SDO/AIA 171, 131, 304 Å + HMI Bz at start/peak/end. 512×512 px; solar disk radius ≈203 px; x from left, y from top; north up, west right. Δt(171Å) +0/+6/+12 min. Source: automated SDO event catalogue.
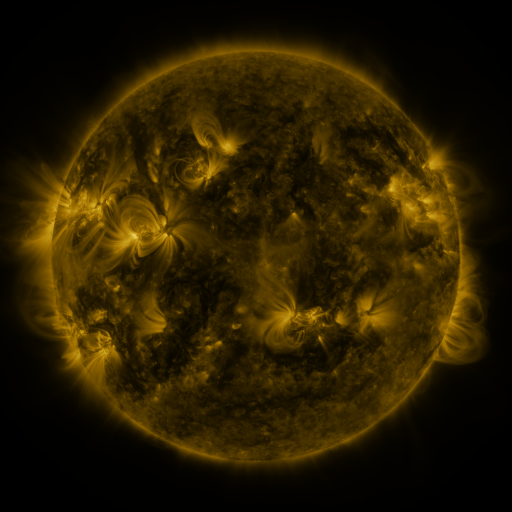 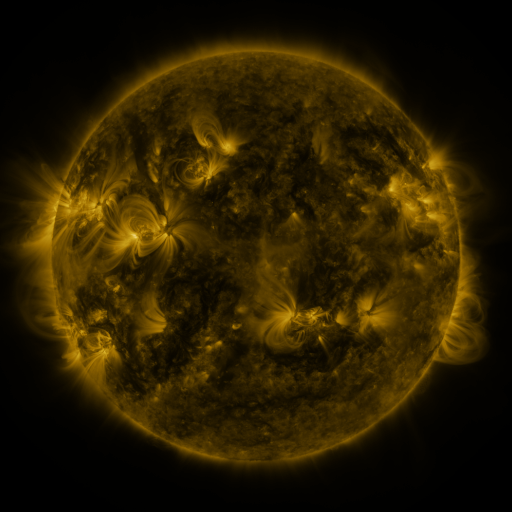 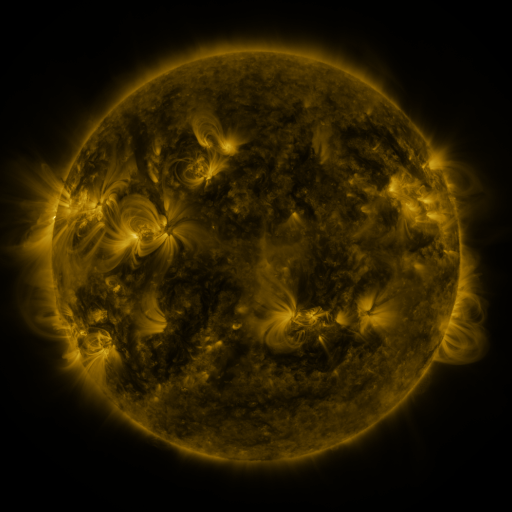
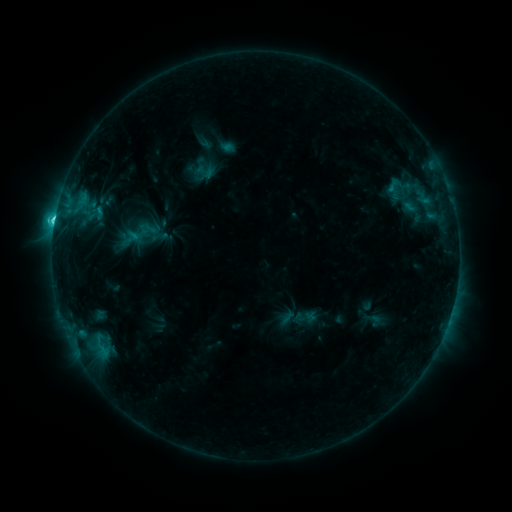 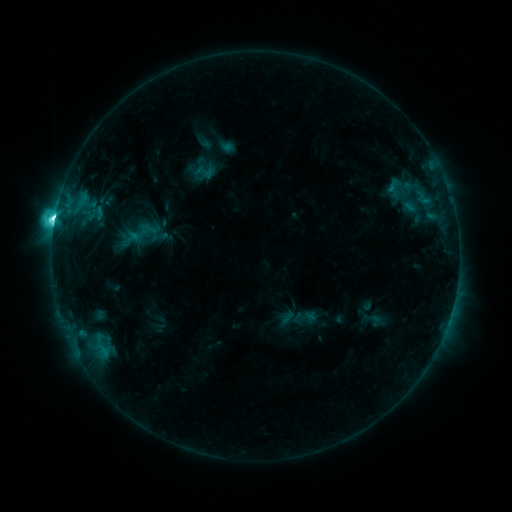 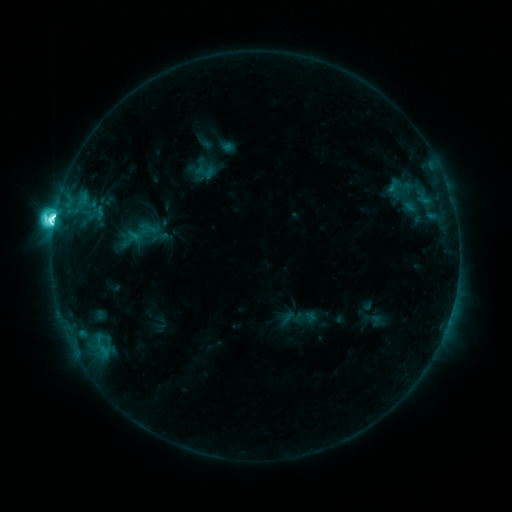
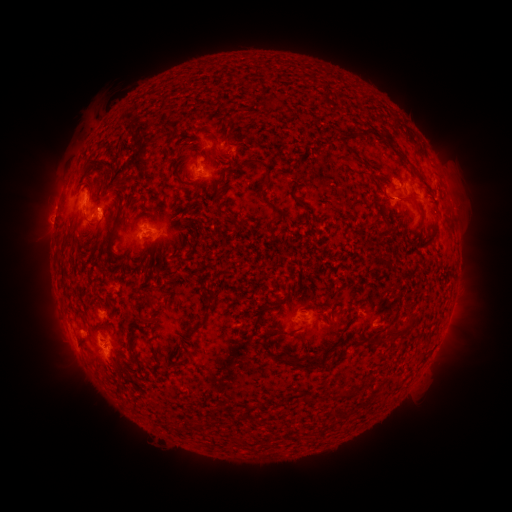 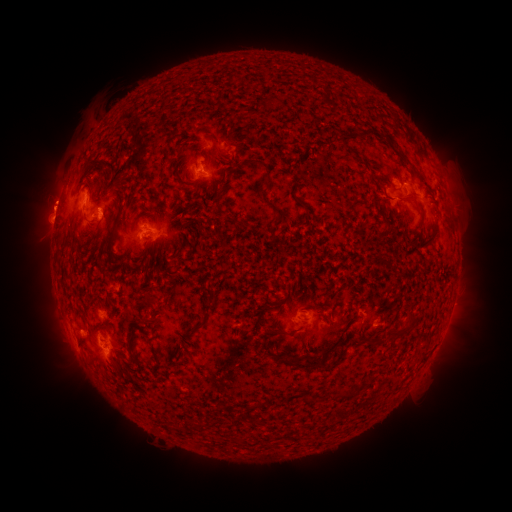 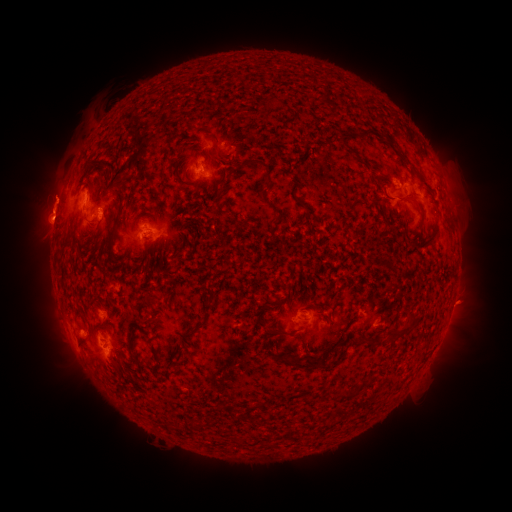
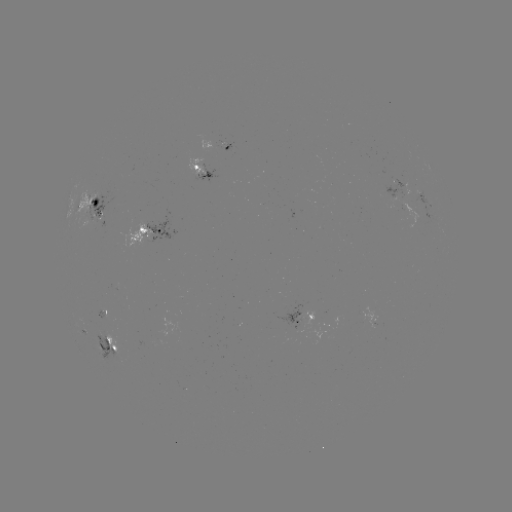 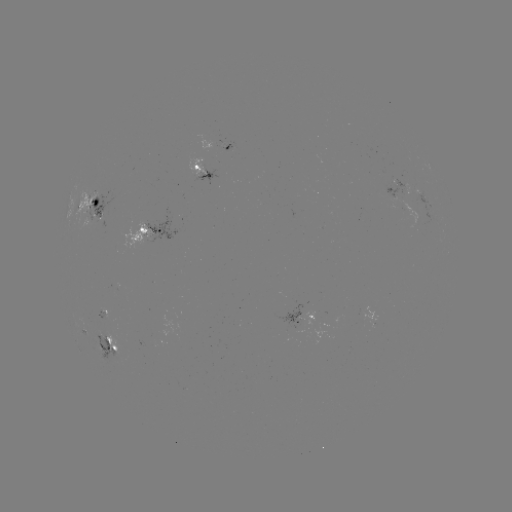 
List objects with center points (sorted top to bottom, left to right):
eruption: (50, 200)
